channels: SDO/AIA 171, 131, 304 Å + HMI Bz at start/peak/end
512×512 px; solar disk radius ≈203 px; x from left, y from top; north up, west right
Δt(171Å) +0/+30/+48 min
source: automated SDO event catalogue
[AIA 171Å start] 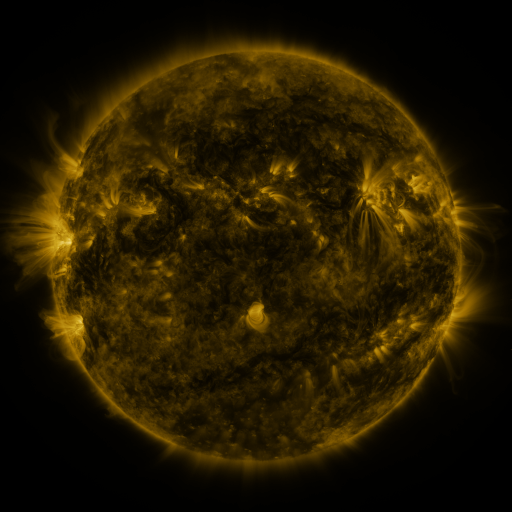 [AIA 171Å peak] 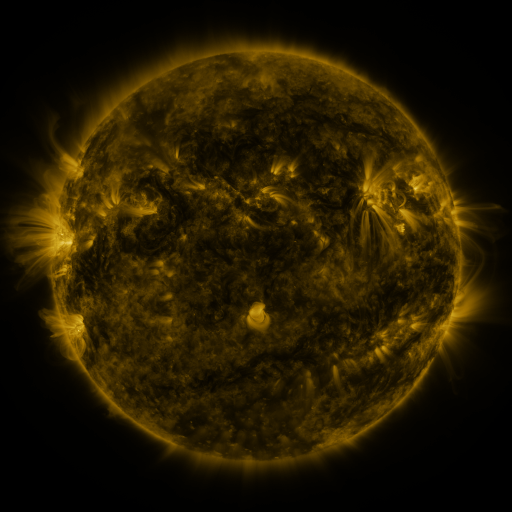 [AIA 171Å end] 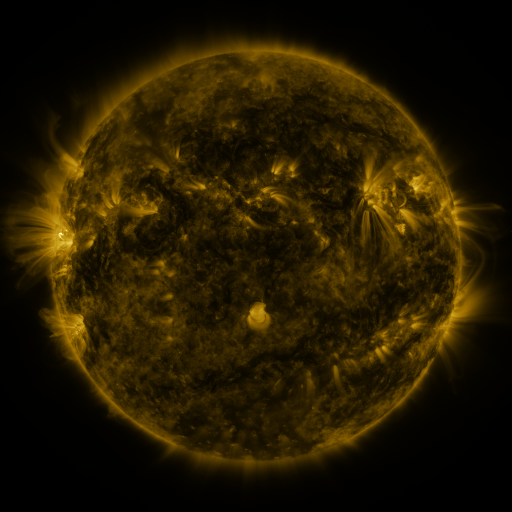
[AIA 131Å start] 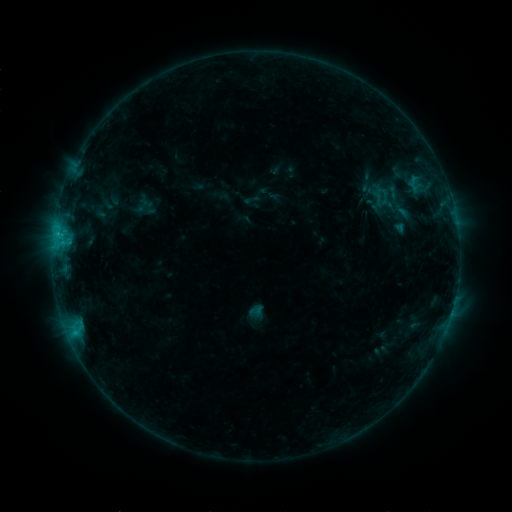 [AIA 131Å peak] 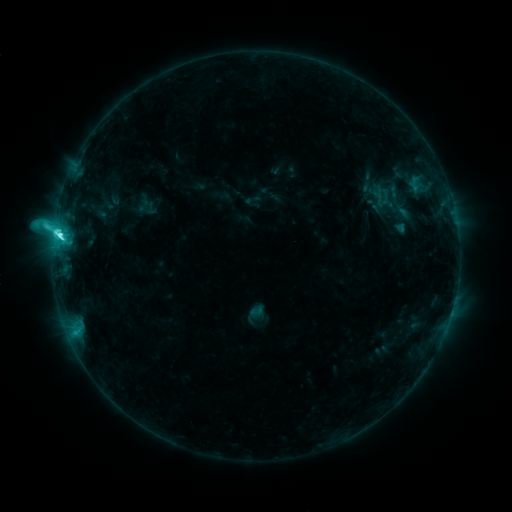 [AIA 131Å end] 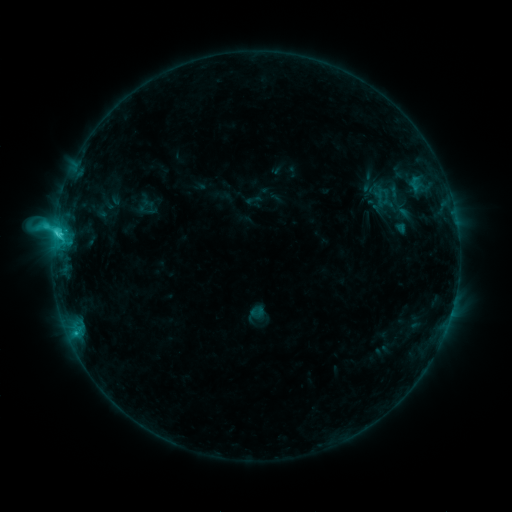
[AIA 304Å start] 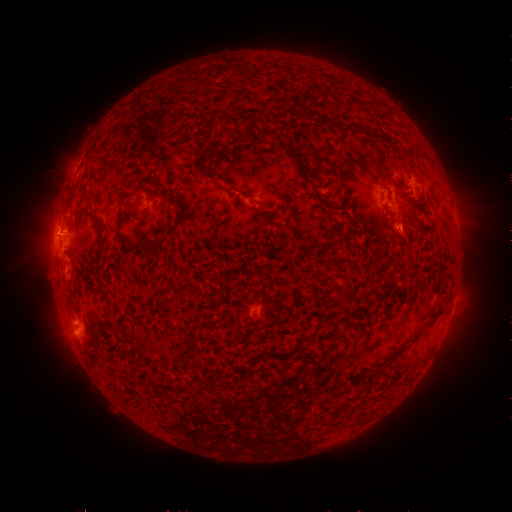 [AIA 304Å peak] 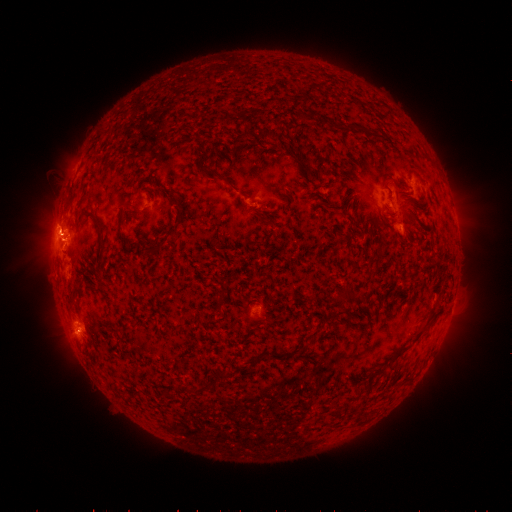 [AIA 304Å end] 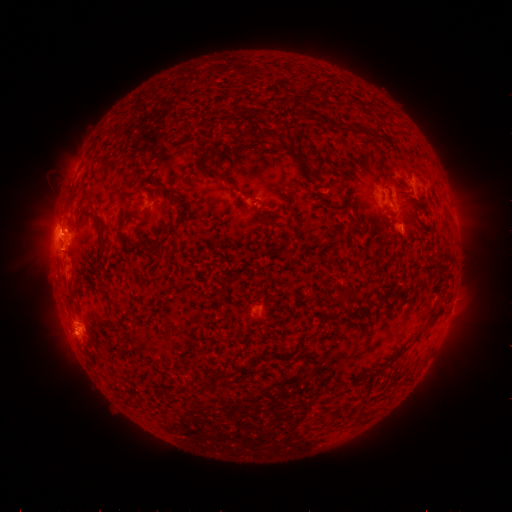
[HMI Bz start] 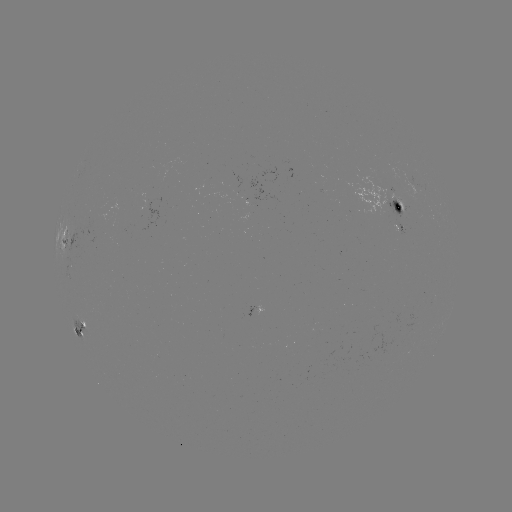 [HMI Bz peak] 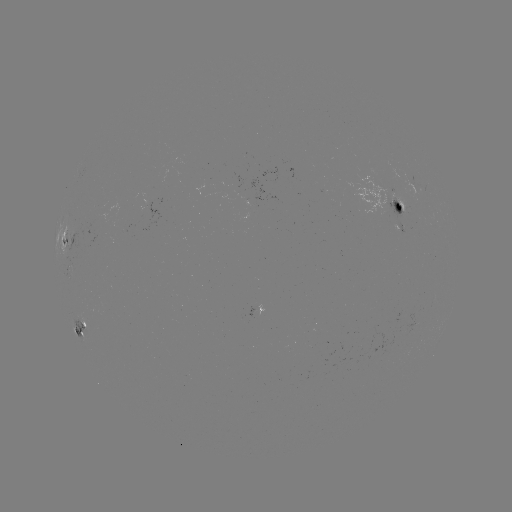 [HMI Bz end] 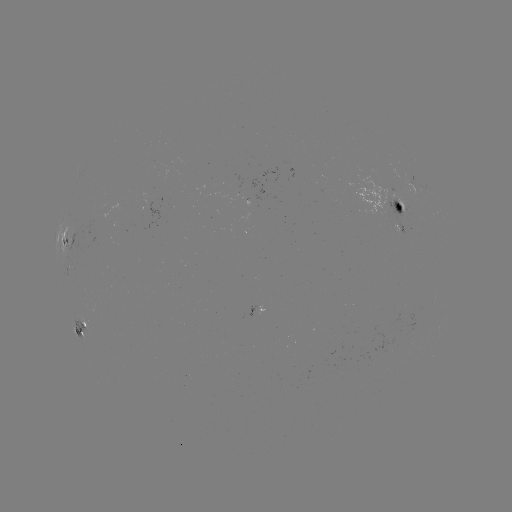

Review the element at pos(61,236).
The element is C6.3 flare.